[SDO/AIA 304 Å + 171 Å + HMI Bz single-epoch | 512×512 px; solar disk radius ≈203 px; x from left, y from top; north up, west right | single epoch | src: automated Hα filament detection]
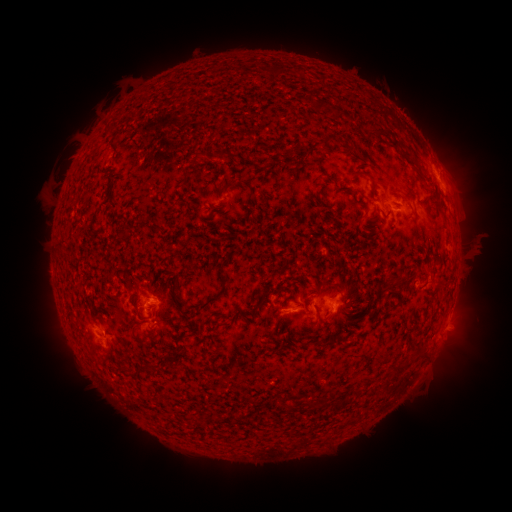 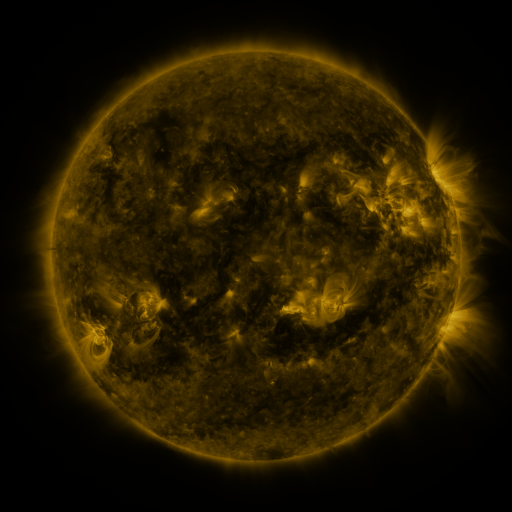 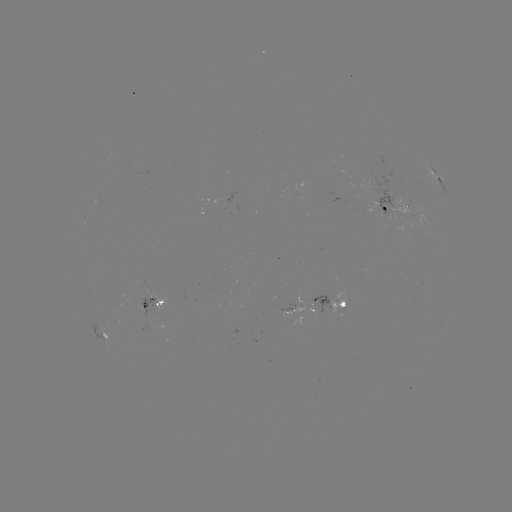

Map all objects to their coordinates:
filament: (328, 140)
filament: (403, 151)
filament: (226, 154)
filament: (197, 158)
filament: (365, 175)
filament: (405, 197)
filament: (437, 206)
filament: (444, 219)
filament: (223, 281)
filament: (390, 281)
filament: (441, 287)
filament: (174, 295)
filament: (208, 302)
filament: (316, 344)
filament: (421, 356)
filament: (137, 370)
filament: (324, 404)
